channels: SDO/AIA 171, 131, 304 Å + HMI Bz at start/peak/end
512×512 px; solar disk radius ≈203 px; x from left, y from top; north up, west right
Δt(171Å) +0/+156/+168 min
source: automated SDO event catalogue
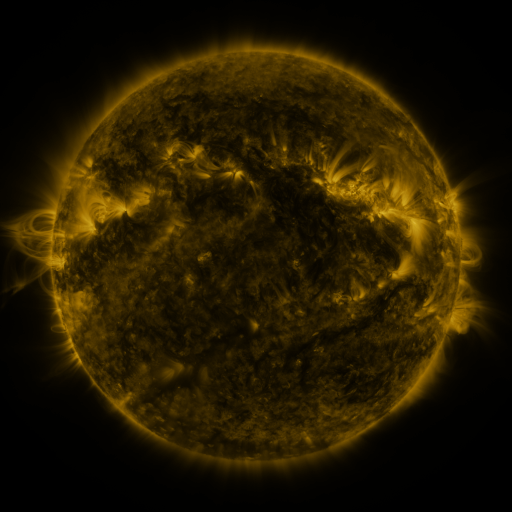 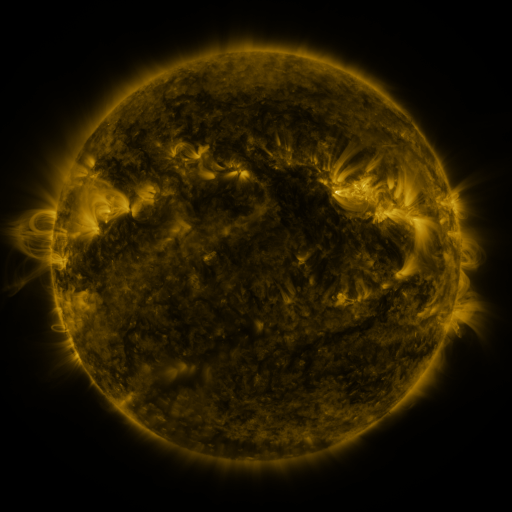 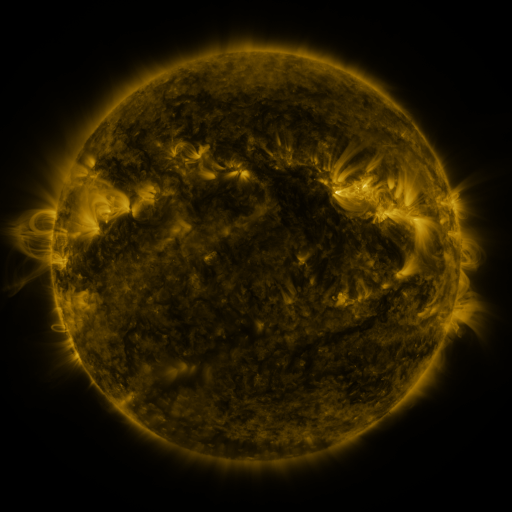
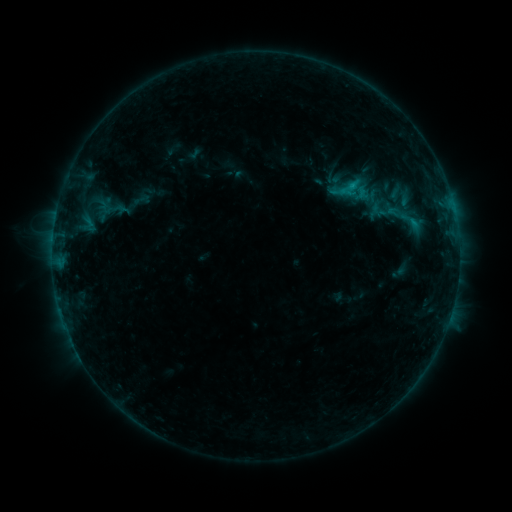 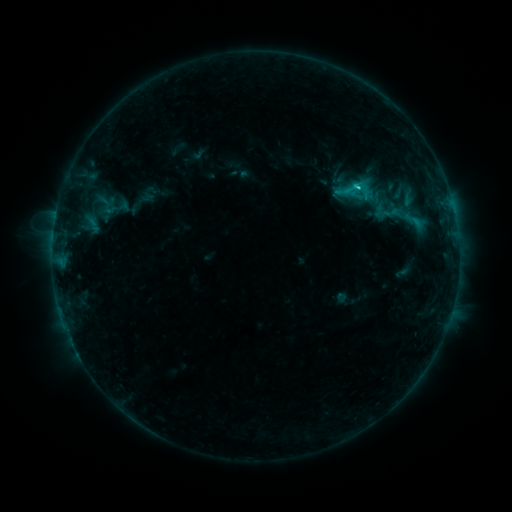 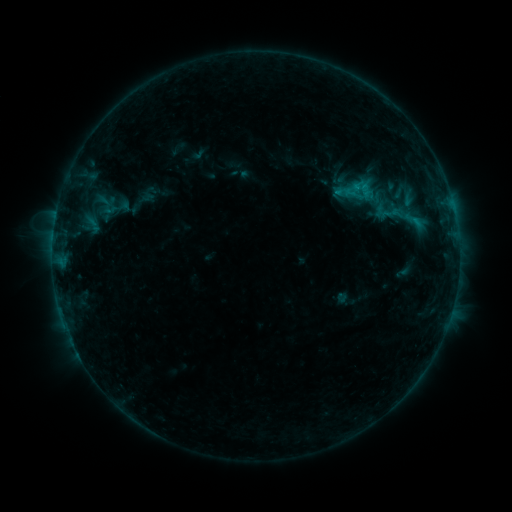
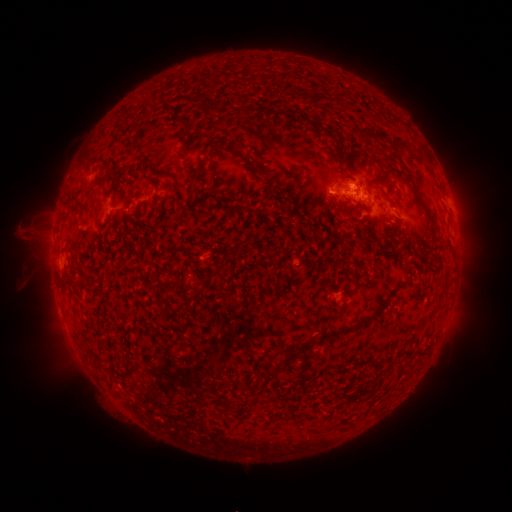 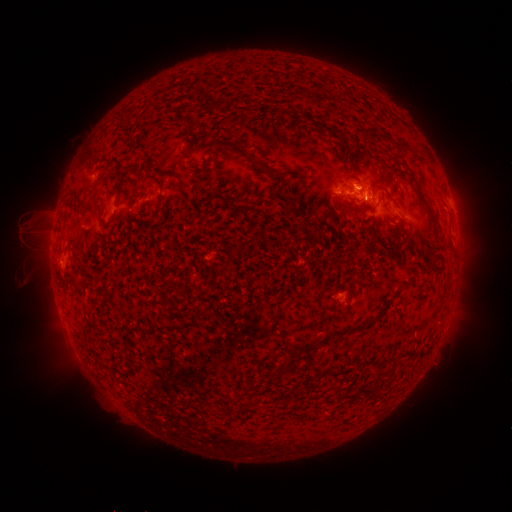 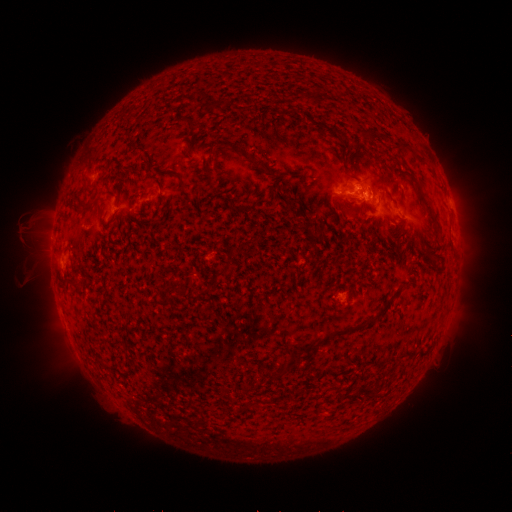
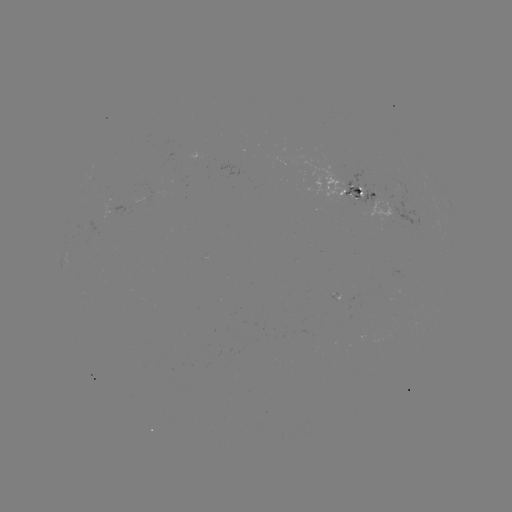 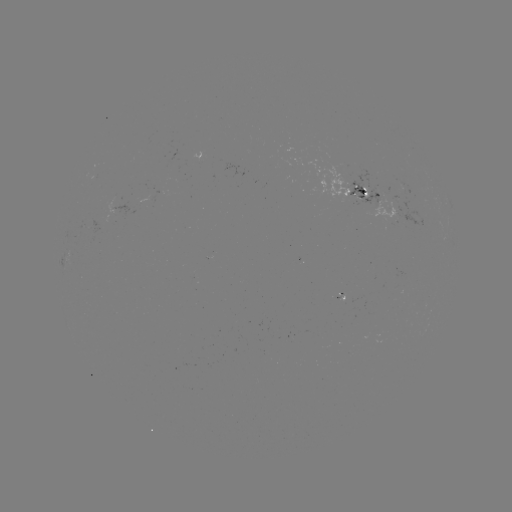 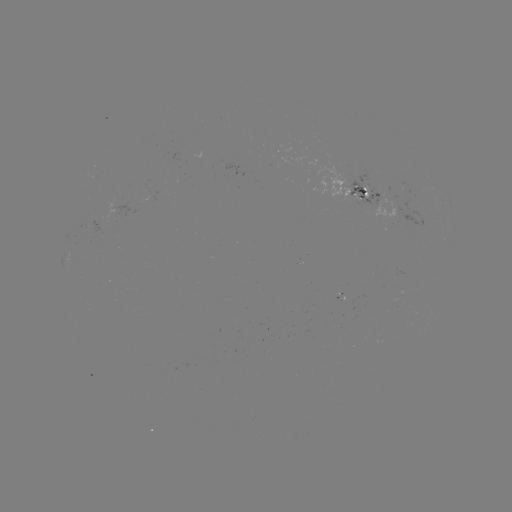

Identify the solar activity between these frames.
emerging-flux region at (361, 196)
